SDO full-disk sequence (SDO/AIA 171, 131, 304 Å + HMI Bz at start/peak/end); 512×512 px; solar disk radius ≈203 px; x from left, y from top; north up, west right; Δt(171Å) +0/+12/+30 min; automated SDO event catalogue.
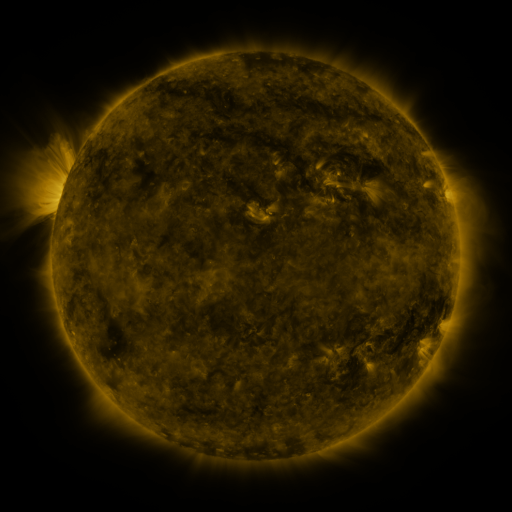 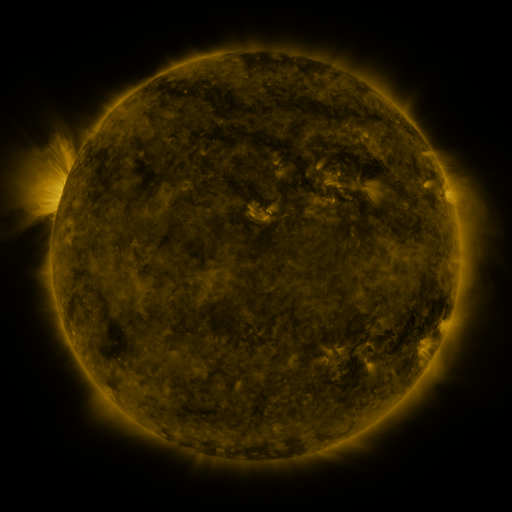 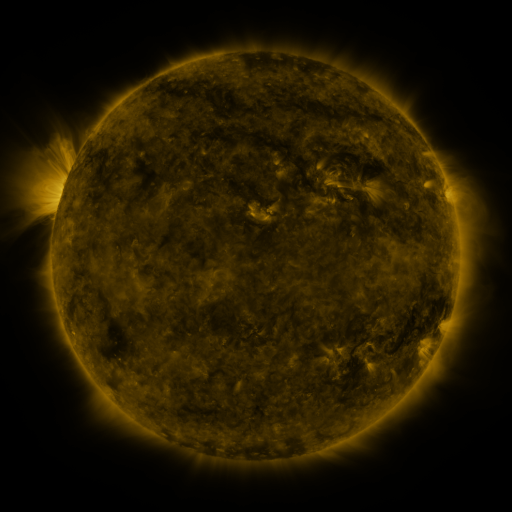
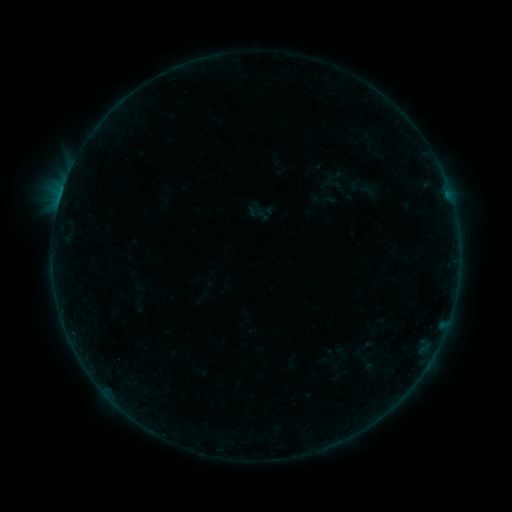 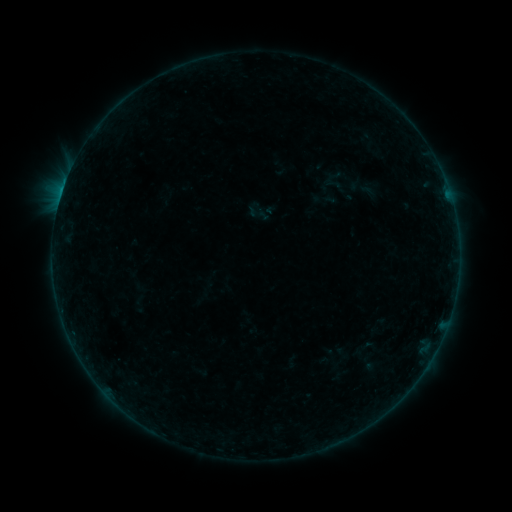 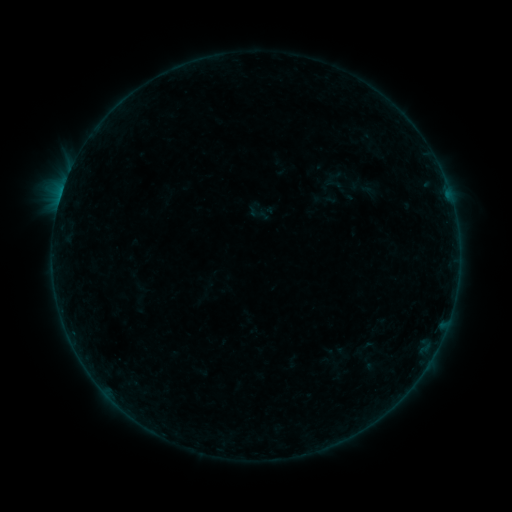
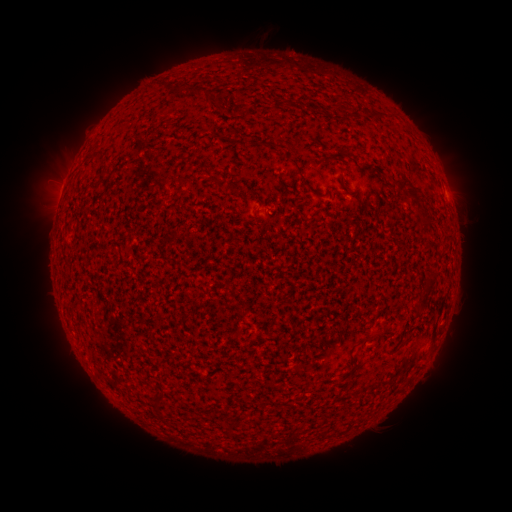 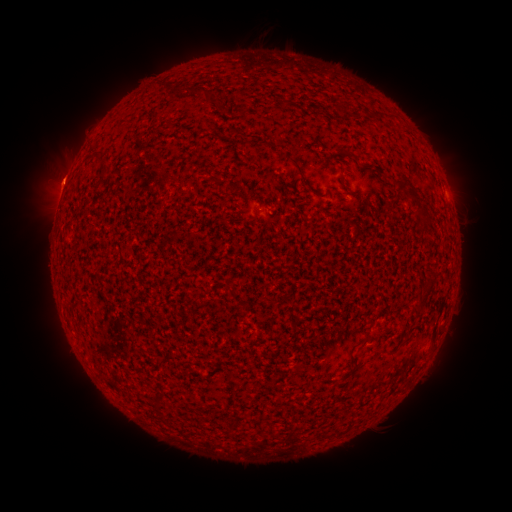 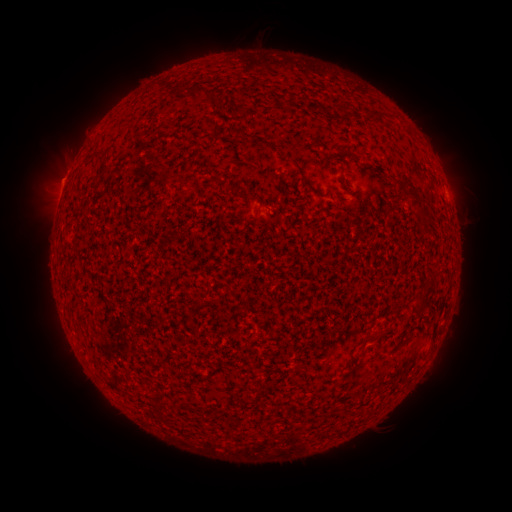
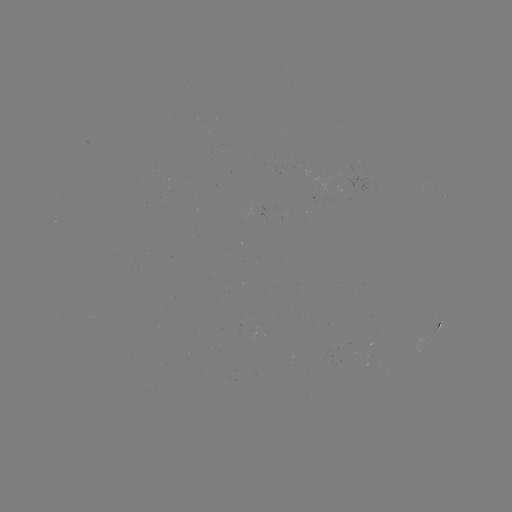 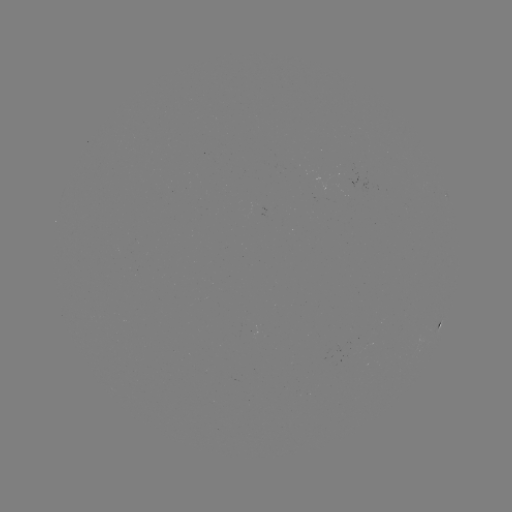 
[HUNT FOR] eruption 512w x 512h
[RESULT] (55, 177)